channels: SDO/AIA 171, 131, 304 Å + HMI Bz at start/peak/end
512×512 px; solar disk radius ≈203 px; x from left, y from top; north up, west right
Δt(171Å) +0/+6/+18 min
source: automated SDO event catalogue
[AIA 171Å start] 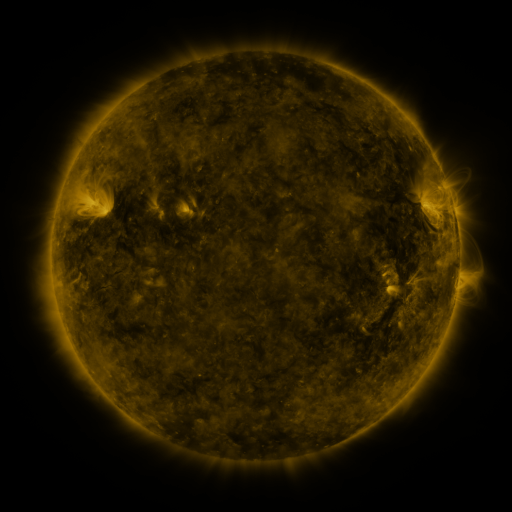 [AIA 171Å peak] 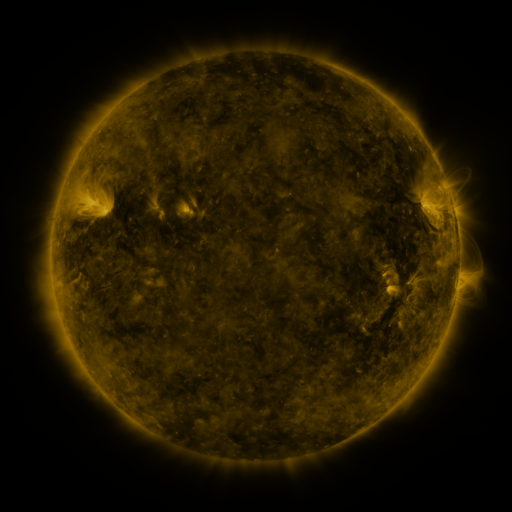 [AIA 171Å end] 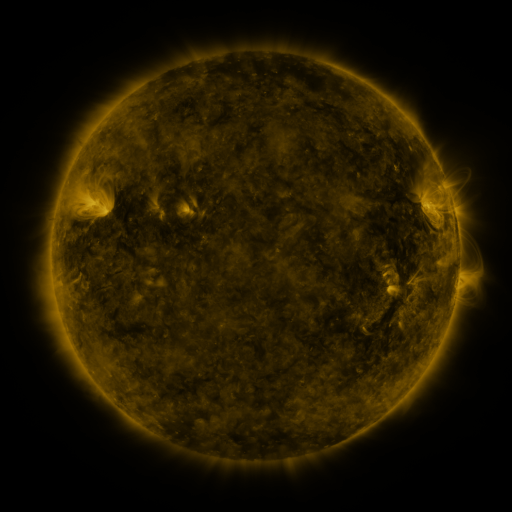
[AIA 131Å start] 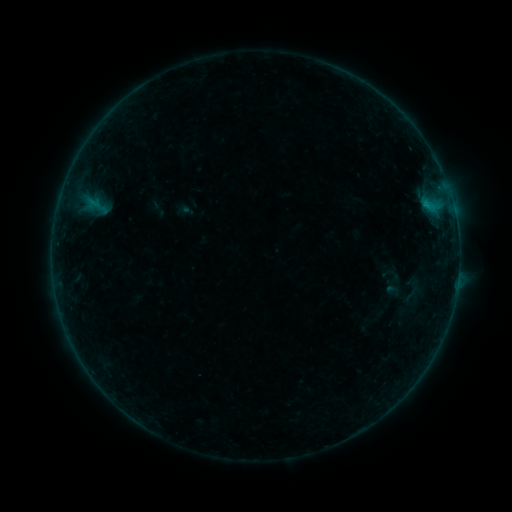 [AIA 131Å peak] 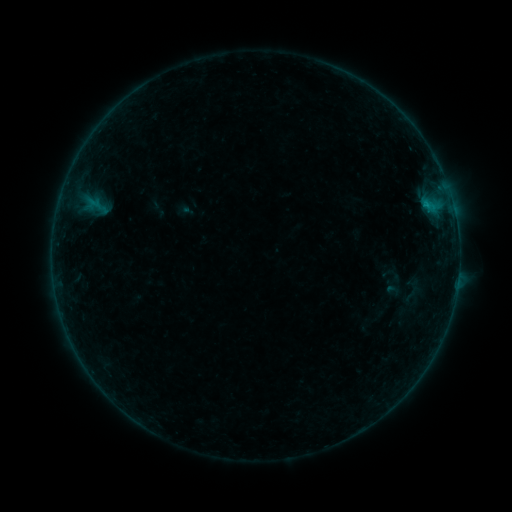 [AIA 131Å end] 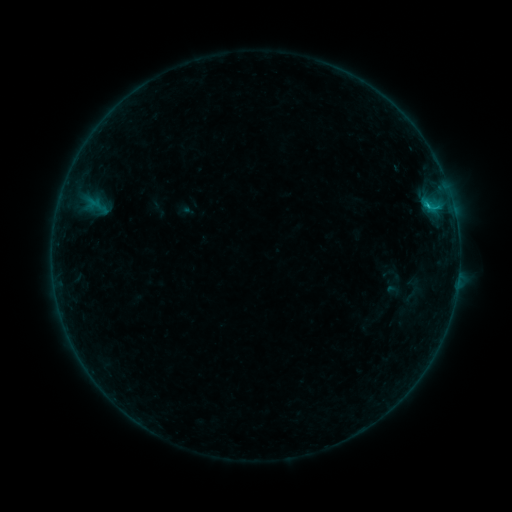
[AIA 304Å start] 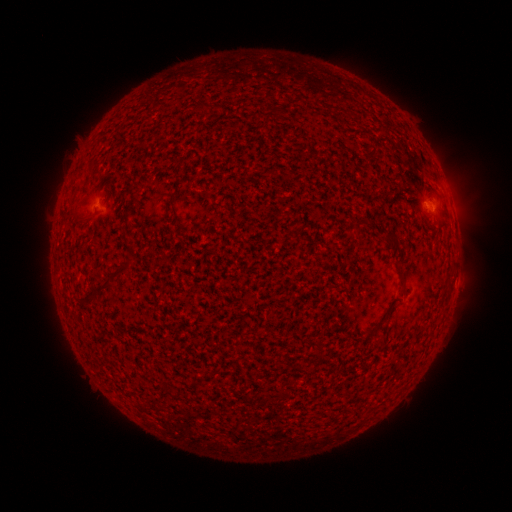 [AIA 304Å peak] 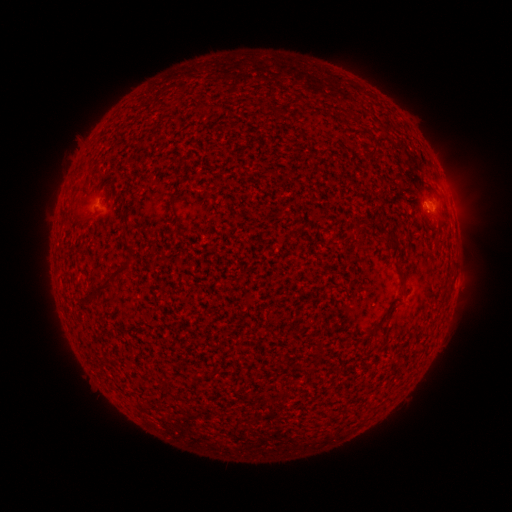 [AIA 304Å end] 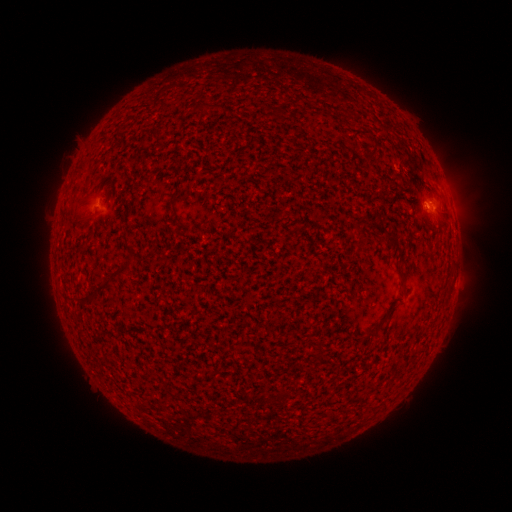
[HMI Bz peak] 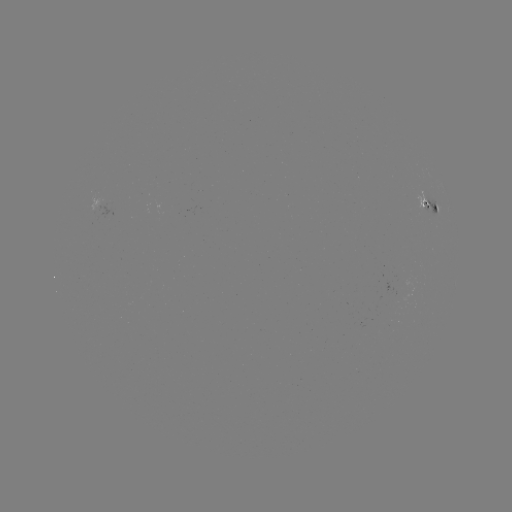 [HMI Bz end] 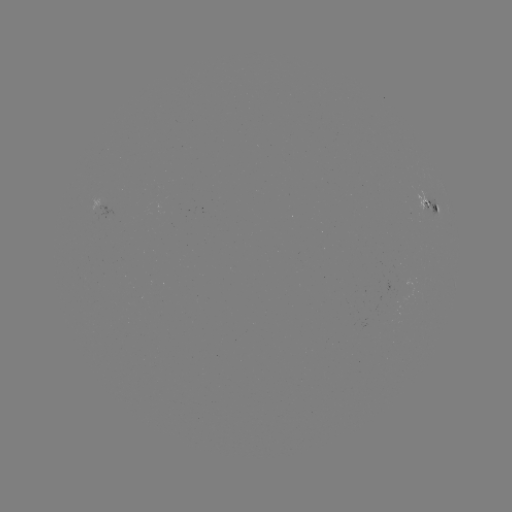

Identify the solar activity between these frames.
B6.7 flare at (426, 208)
